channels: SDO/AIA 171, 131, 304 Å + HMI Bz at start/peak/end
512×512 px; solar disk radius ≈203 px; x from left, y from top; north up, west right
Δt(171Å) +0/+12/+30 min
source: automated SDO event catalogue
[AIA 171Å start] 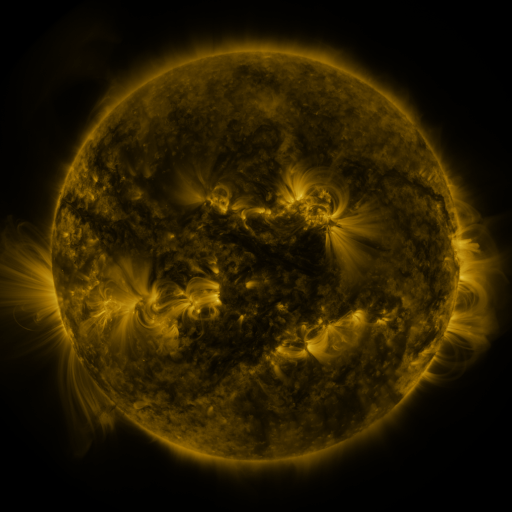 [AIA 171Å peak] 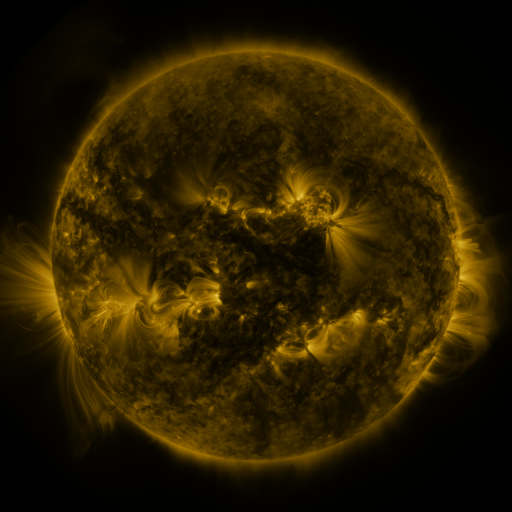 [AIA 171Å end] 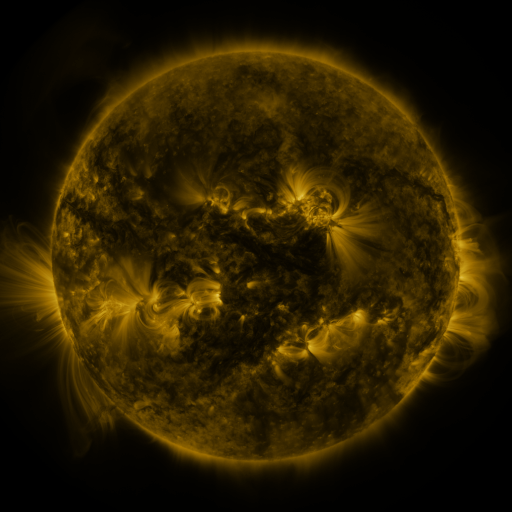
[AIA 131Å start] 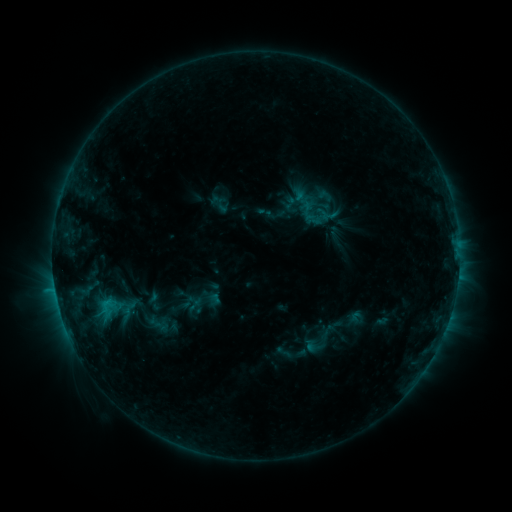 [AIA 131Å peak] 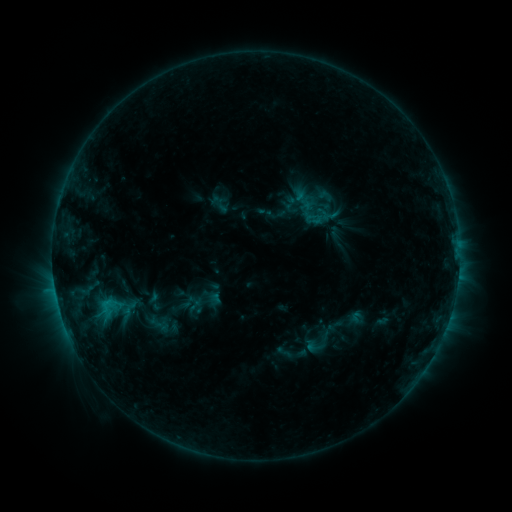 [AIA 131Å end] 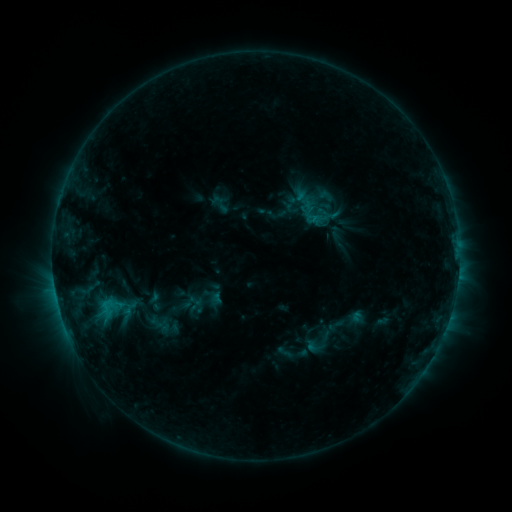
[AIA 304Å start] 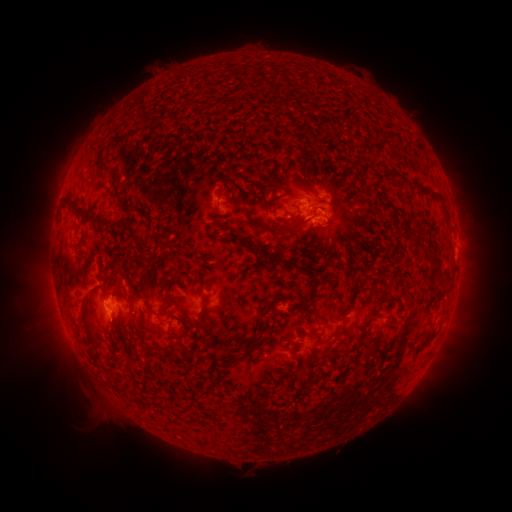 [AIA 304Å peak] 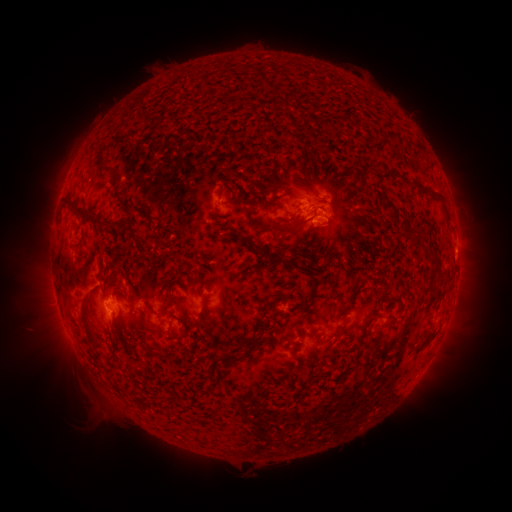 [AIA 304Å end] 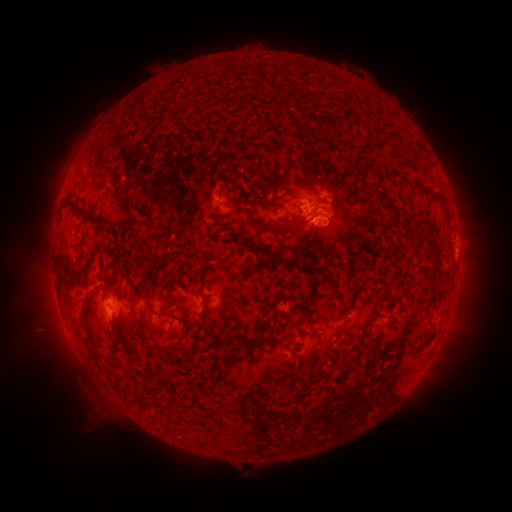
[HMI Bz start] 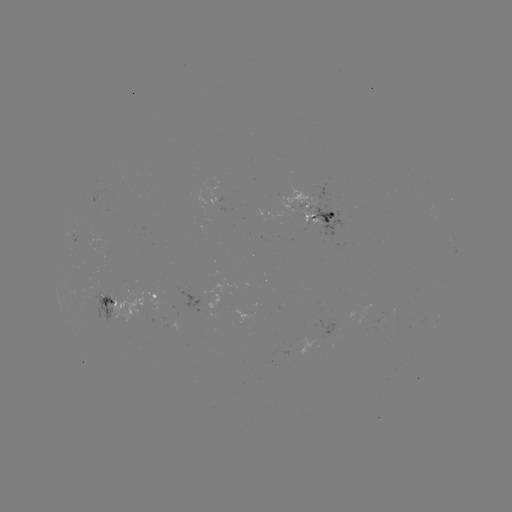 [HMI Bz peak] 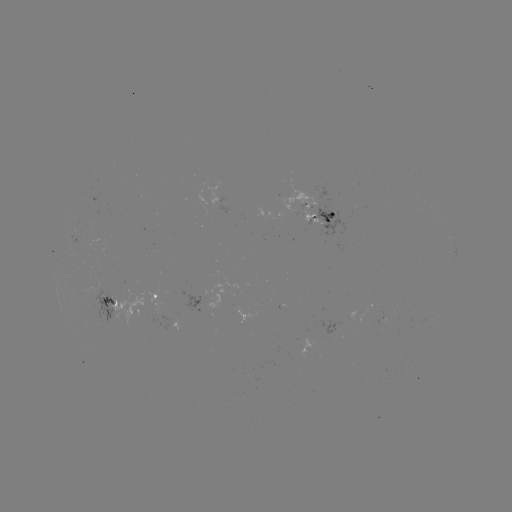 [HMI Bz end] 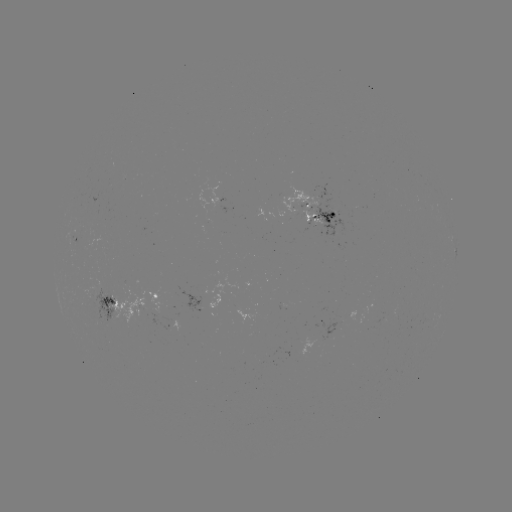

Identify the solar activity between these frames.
nothing was catalogued: no classed flare, no EUV trigger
